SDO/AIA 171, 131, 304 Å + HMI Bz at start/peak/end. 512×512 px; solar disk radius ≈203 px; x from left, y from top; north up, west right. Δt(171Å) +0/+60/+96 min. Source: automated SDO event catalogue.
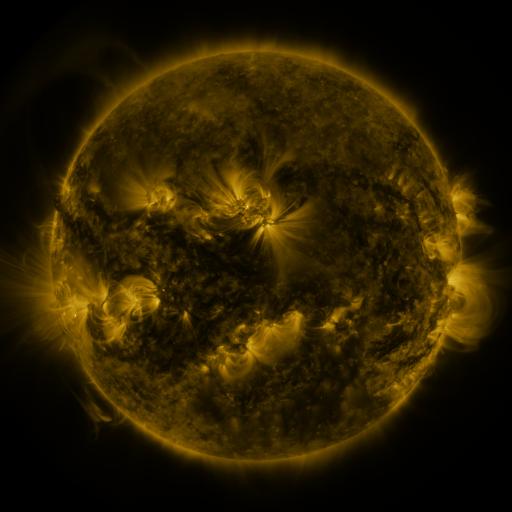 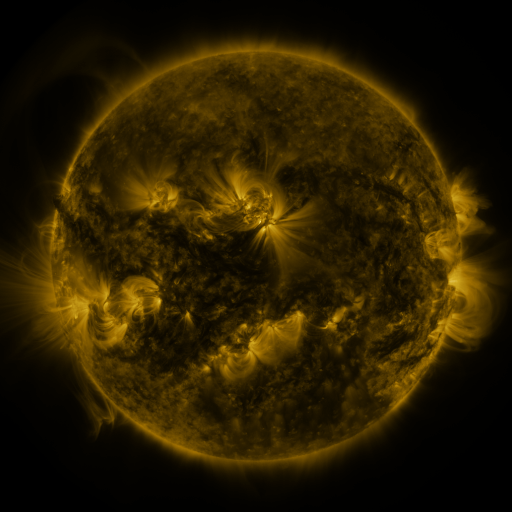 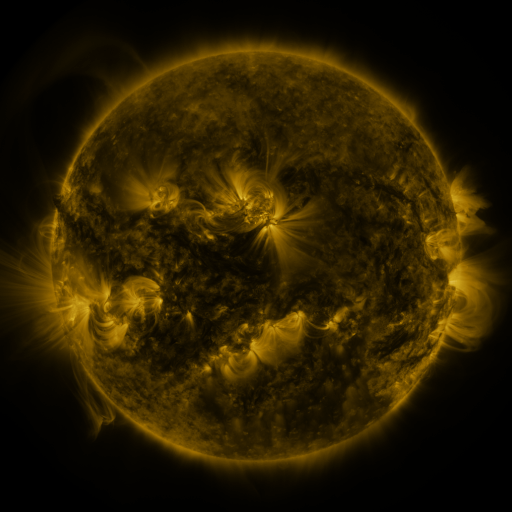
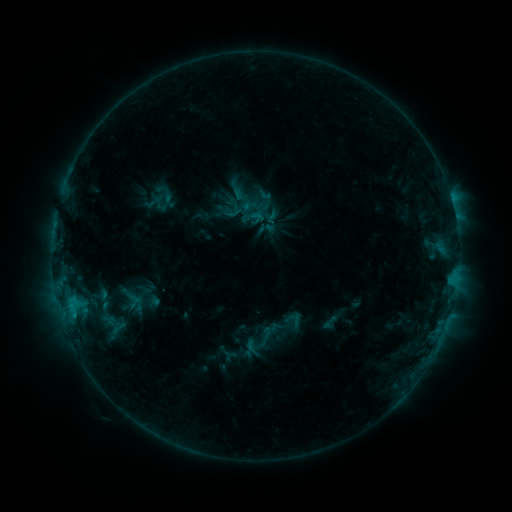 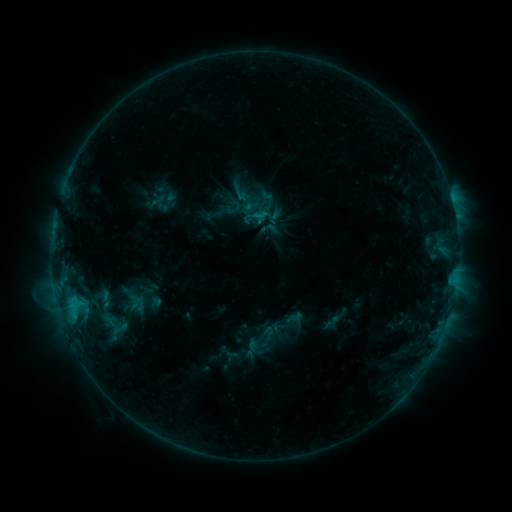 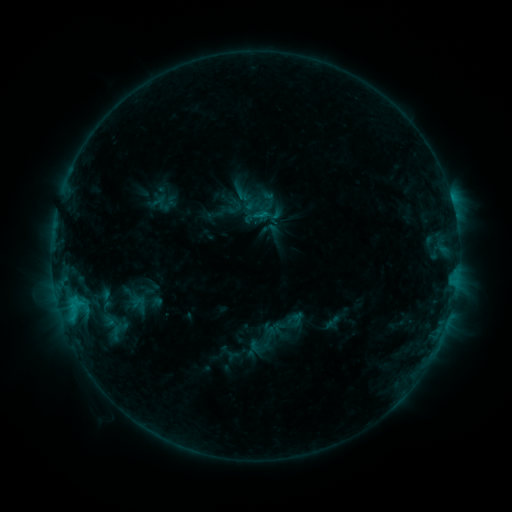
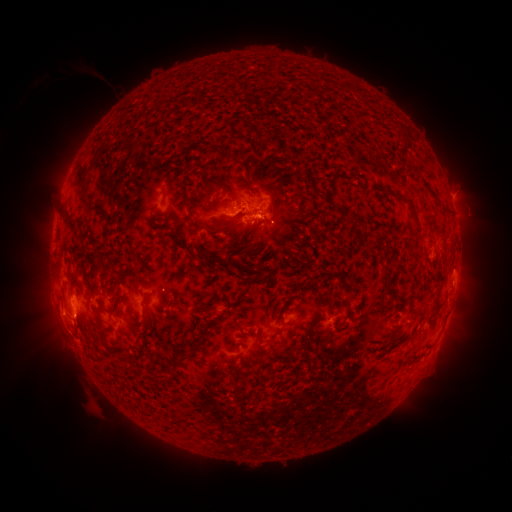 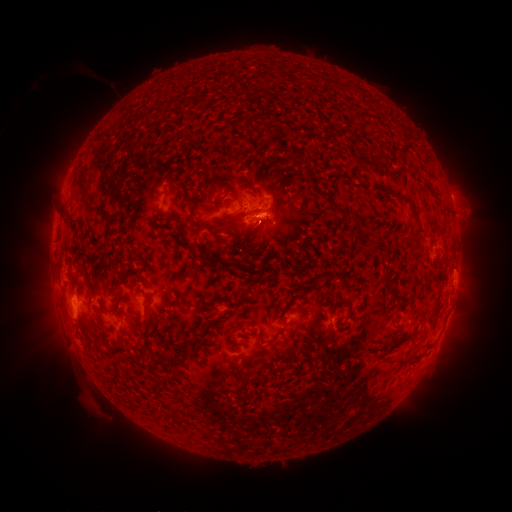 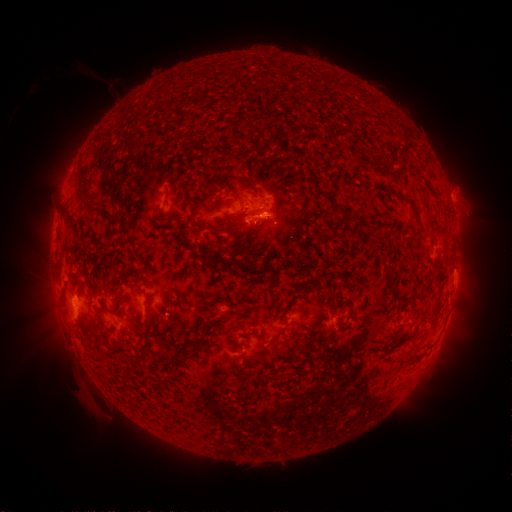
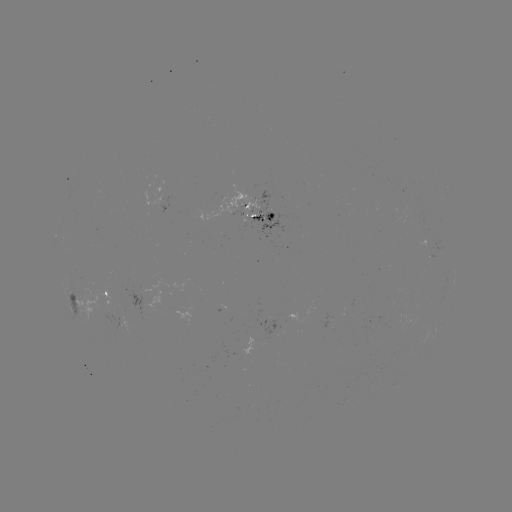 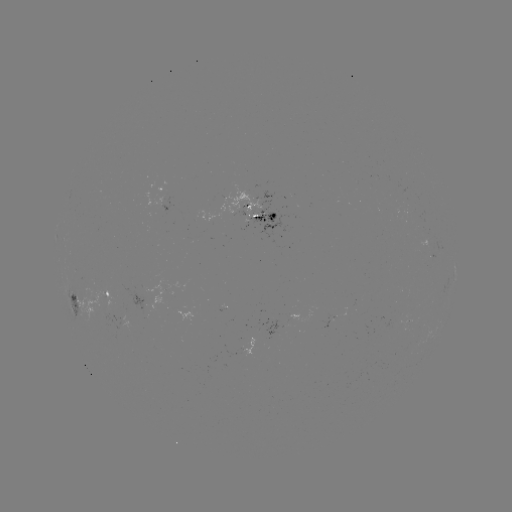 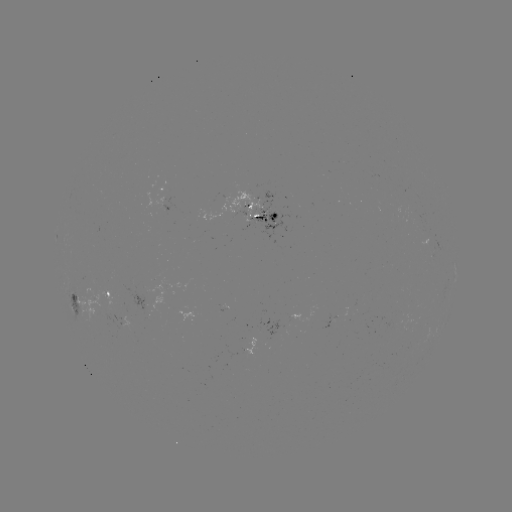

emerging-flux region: (197, 183, 262, 221)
